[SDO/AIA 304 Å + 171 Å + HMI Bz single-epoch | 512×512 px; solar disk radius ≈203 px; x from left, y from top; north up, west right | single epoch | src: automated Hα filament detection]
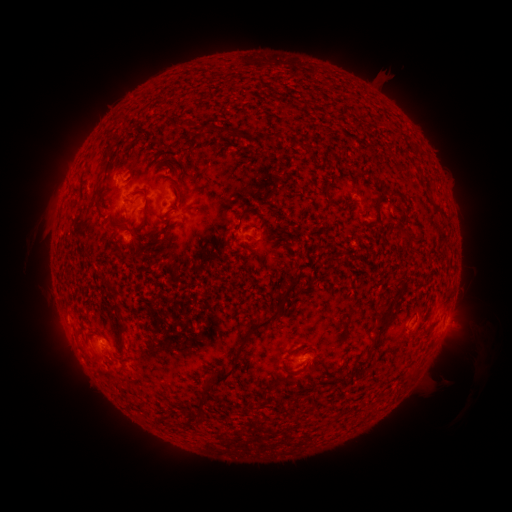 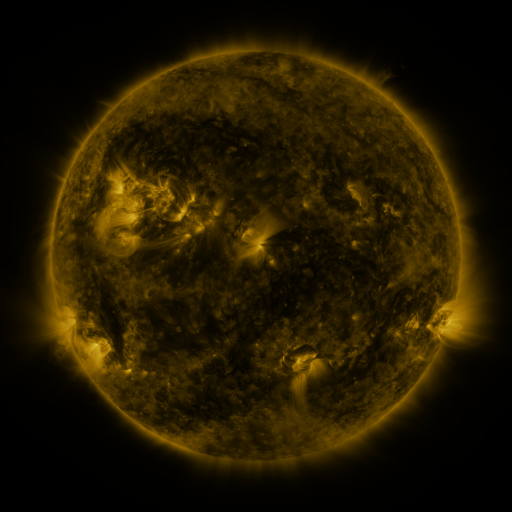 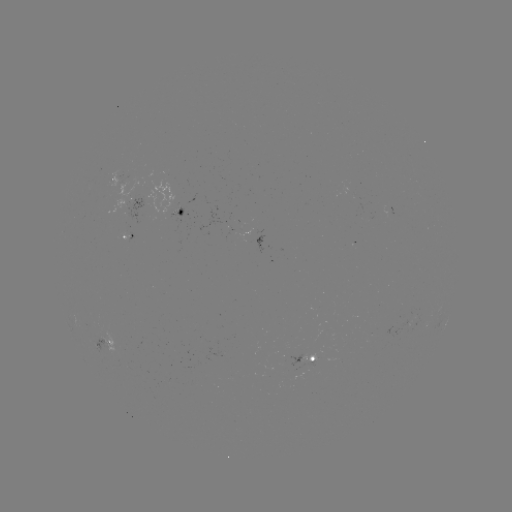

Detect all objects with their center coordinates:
filament: (114, 113, 123, 121)
filament: (268, 132, 280, 146)
filament: (101, 139, 113, 160)
filament: (97, 185, 105, 199)
filament: (325, 194, 337, 205)
filament: (372, 199, 381, 215)
filament: (235, 206, 251, 231)
filament: (95, 207, 104, 217)
filament: (149, 226, 165, 236)
filament: (399, 228, 412, 241)
filament: (281, 277, 299, 292)
filament: (106, 279, 124, 318)
filament: (372, 305, 400, 333)
filament: (207, 314, 278, 389)
filament: (117, 321, 127, 334)
filament: (355, 356, 369, 367)
filament: (309, 360, 321, 371)
filament: (282, 363, 299, 376)
filament: (405, 372, 413, 381)
filament: (338, 378, 349, 387)
filament: (197, 382, 207, 410)
filament: (195, 417, 204, 424)
